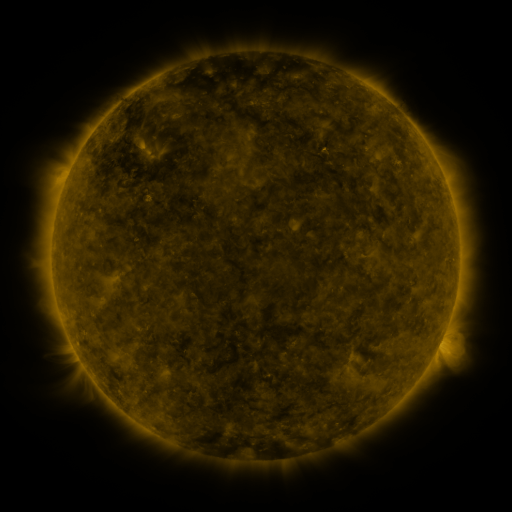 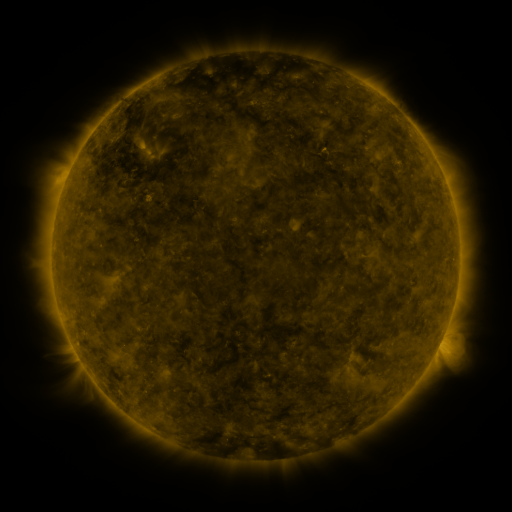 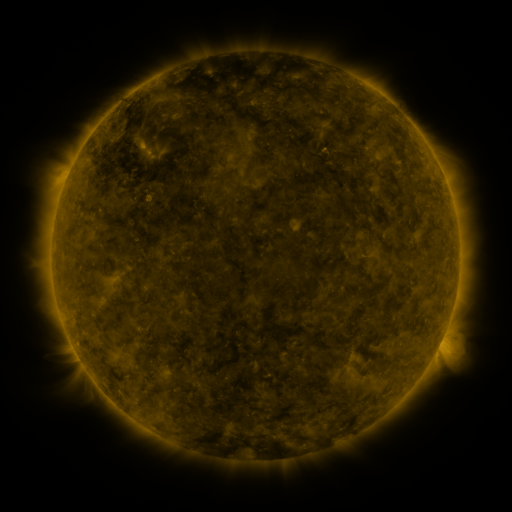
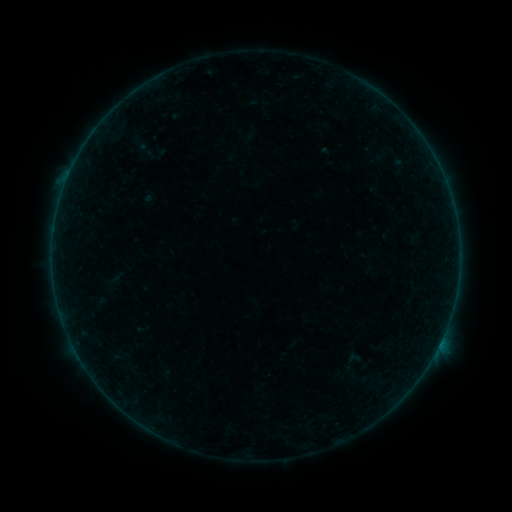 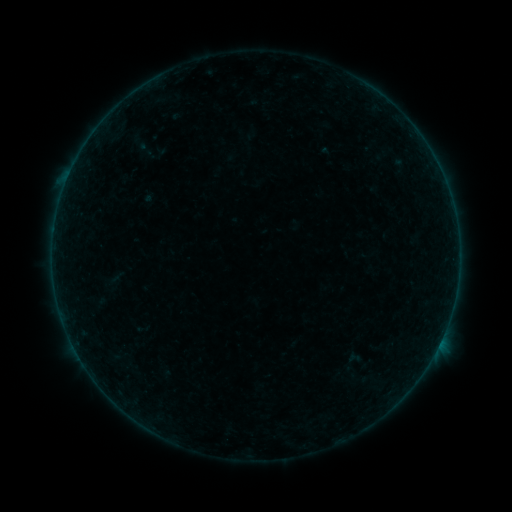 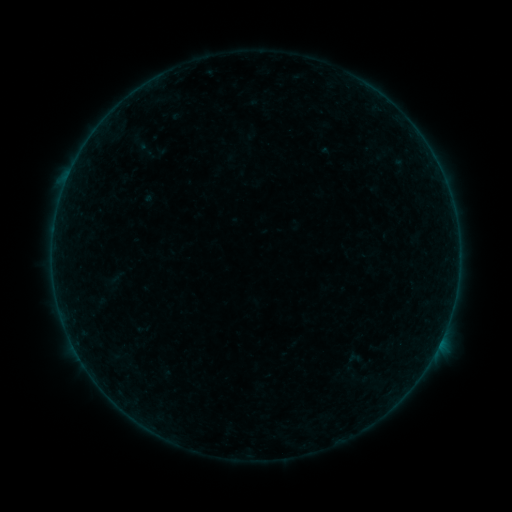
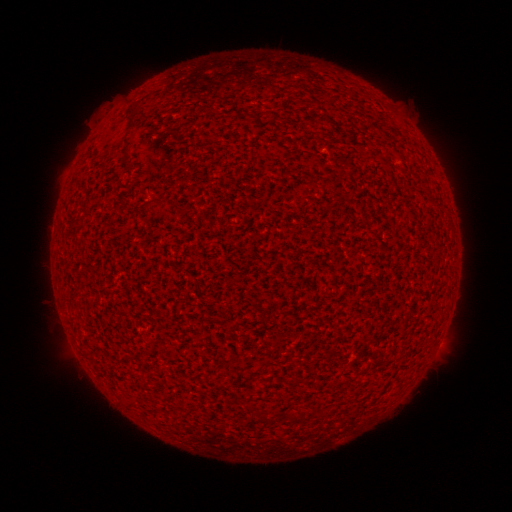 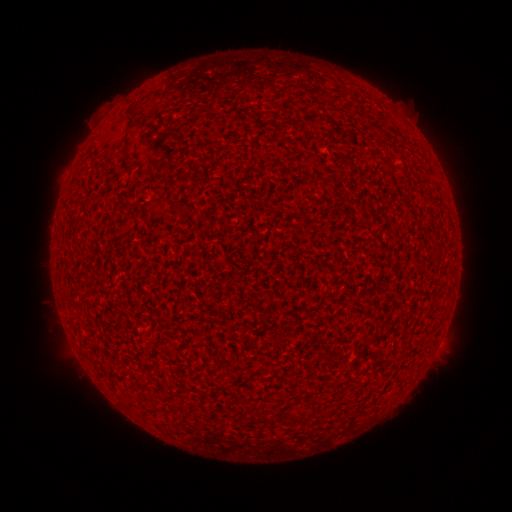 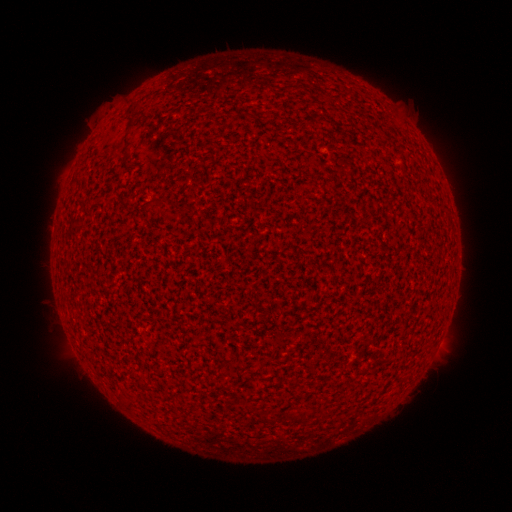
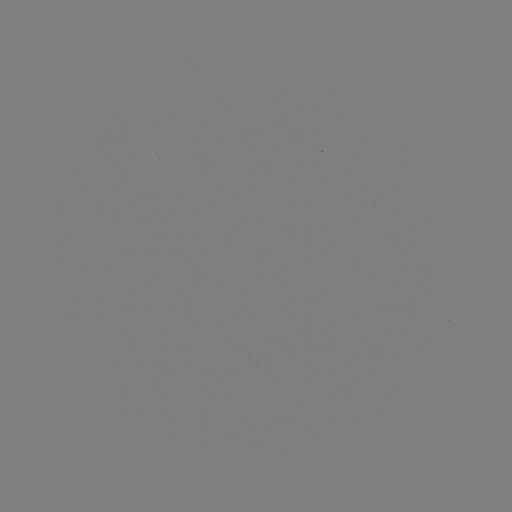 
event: flare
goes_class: A3.1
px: (441, 338)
